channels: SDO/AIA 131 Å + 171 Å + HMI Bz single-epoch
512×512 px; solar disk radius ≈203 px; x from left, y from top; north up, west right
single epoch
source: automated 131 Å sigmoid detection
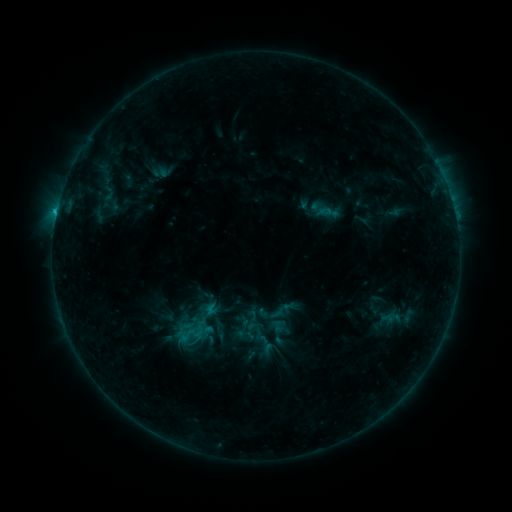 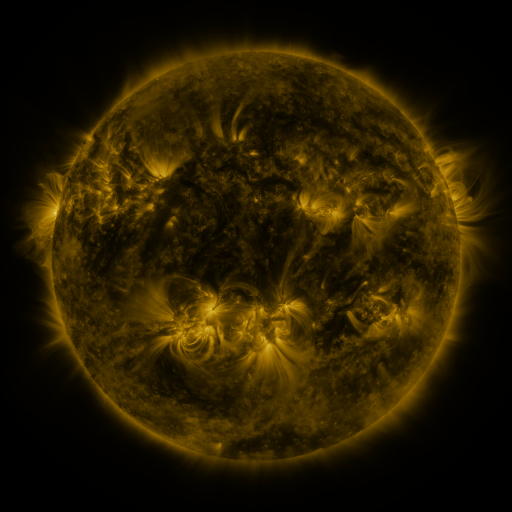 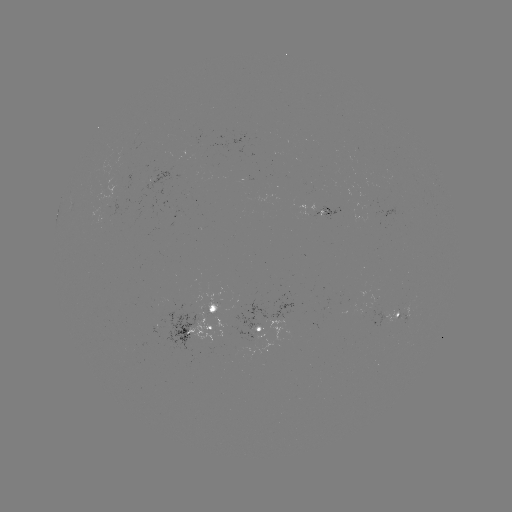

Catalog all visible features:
sigmoid: <bbox>281, 298, 298, 315</bbox>
sigmoid: <bbox>175, 326, 198, 343</bbox>
